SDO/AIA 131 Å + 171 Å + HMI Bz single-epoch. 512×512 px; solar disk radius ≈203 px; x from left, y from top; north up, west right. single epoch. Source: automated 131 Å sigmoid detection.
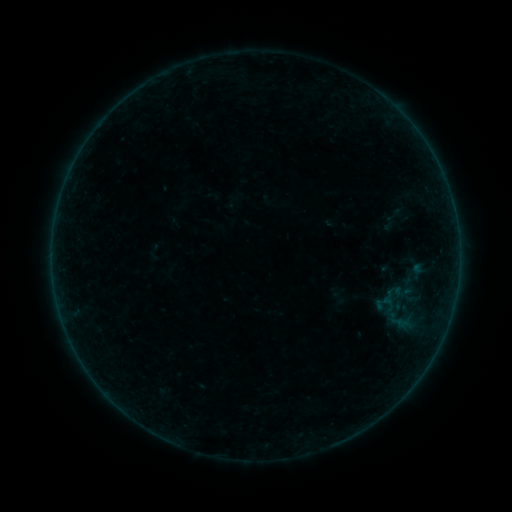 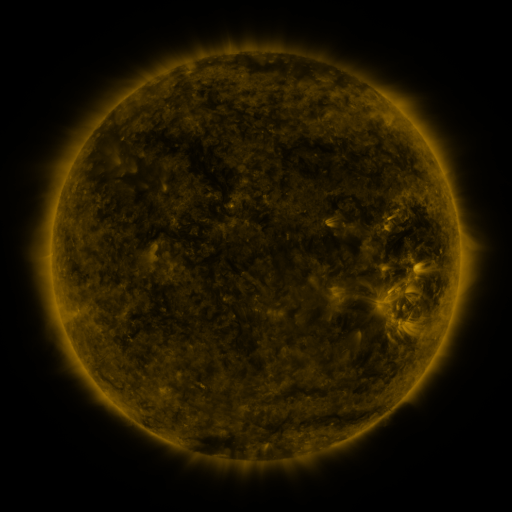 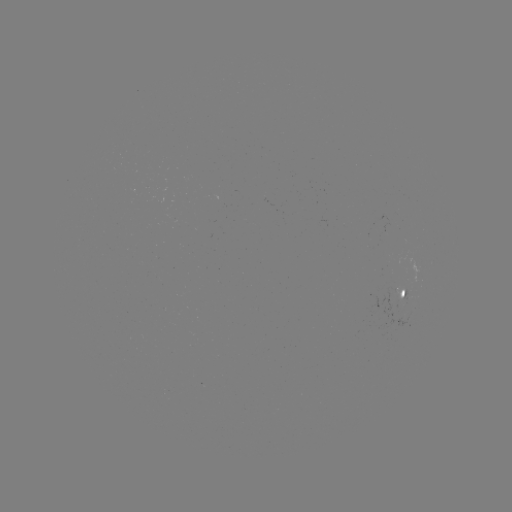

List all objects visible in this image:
sigmoid: (401, 312)
